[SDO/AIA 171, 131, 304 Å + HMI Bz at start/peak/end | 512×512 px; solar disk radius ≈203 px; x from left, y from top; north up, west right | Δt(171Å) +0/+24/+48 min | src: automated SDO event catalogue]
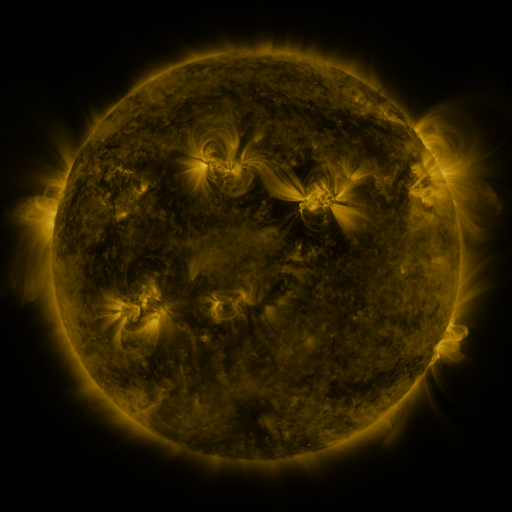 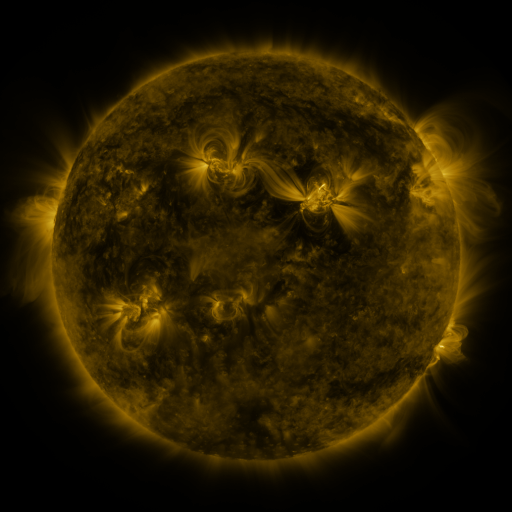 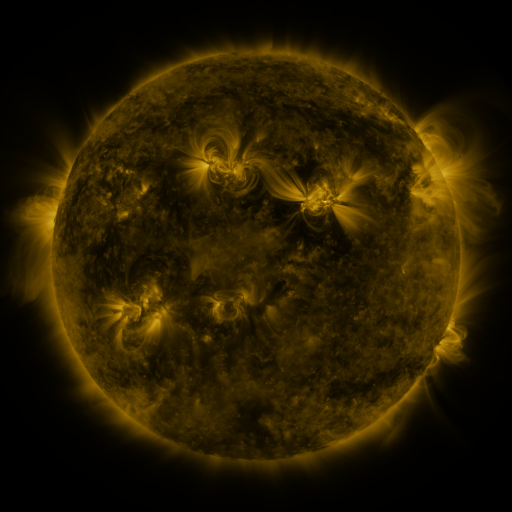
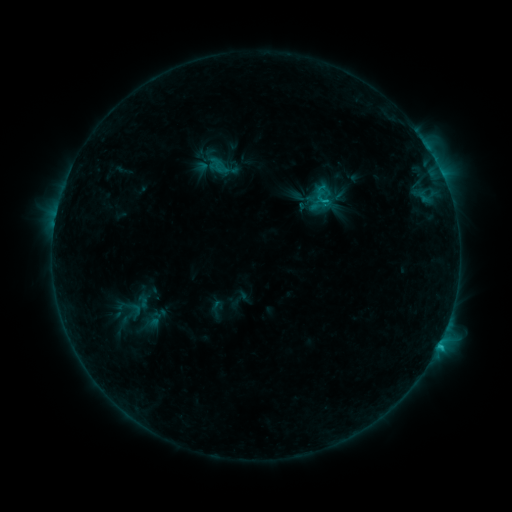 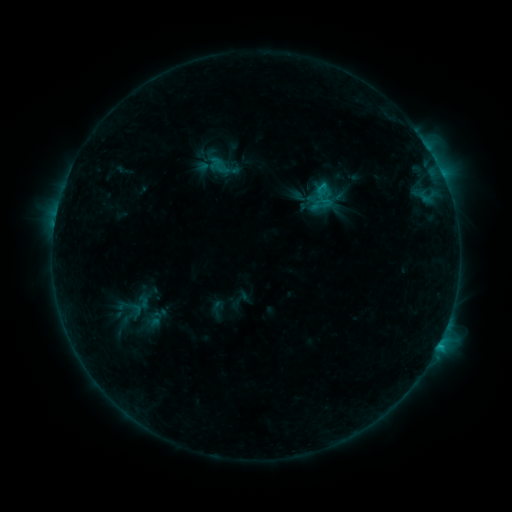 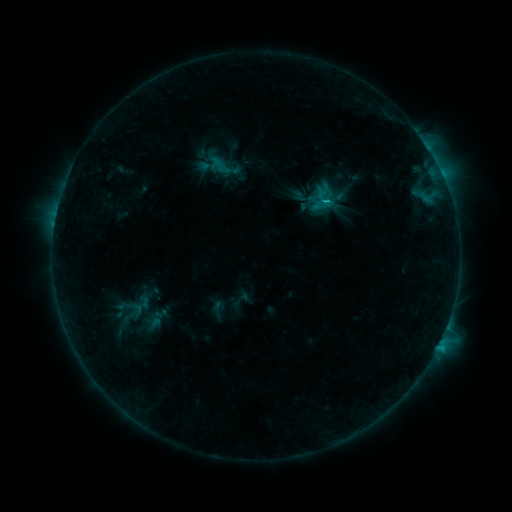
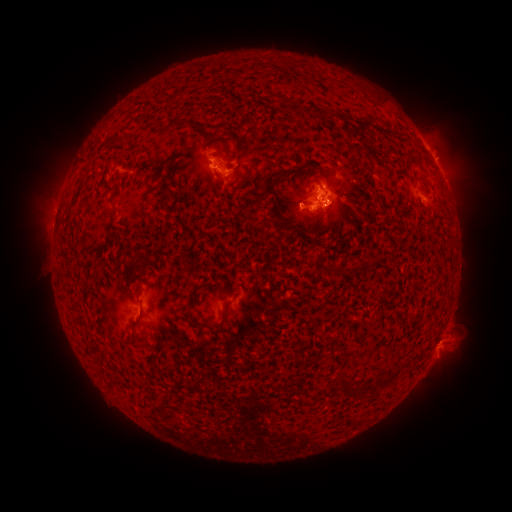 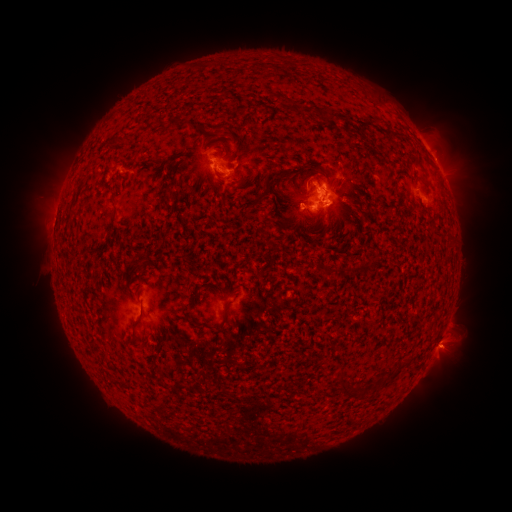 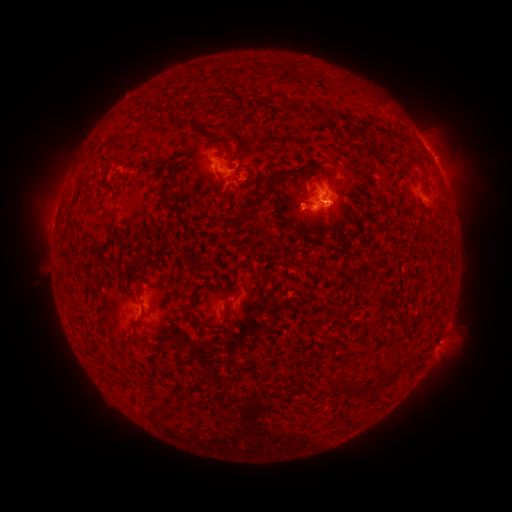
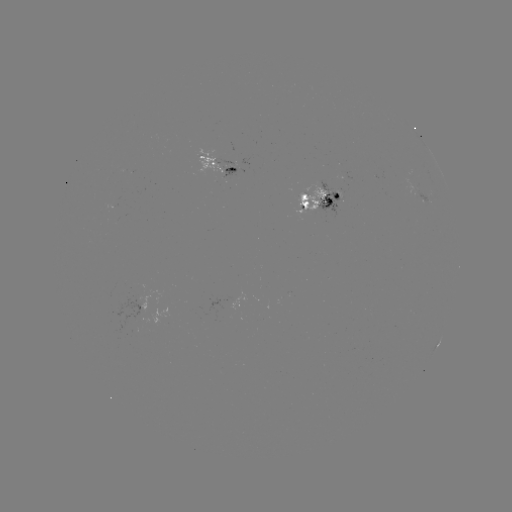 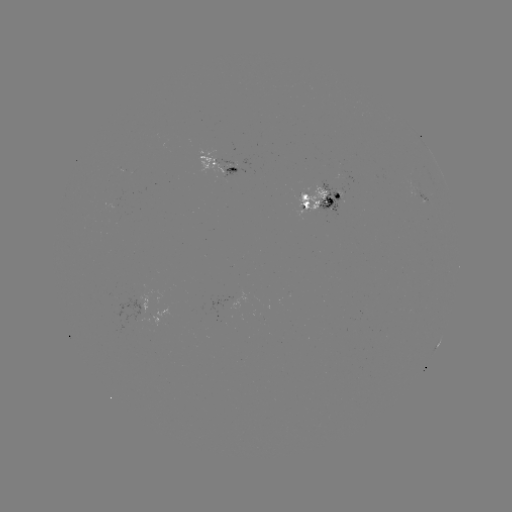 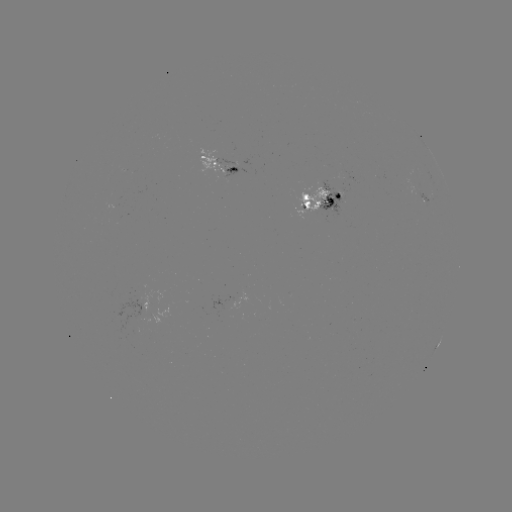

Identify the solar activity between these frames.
emerging-flux region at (325, 200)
